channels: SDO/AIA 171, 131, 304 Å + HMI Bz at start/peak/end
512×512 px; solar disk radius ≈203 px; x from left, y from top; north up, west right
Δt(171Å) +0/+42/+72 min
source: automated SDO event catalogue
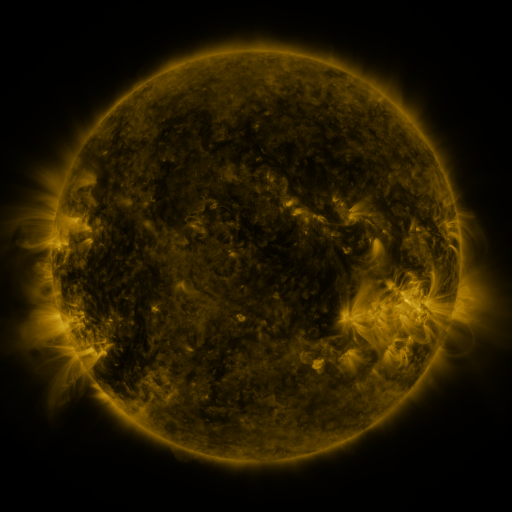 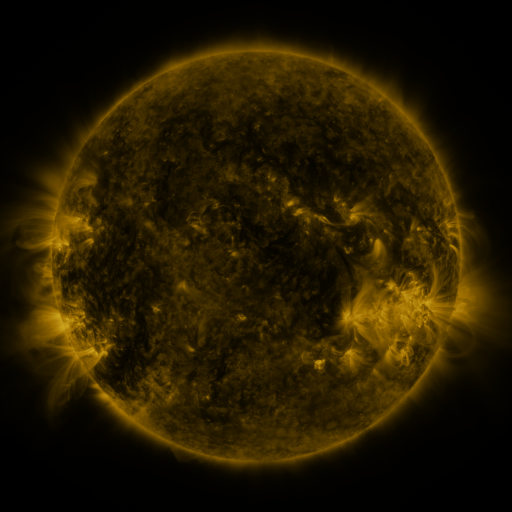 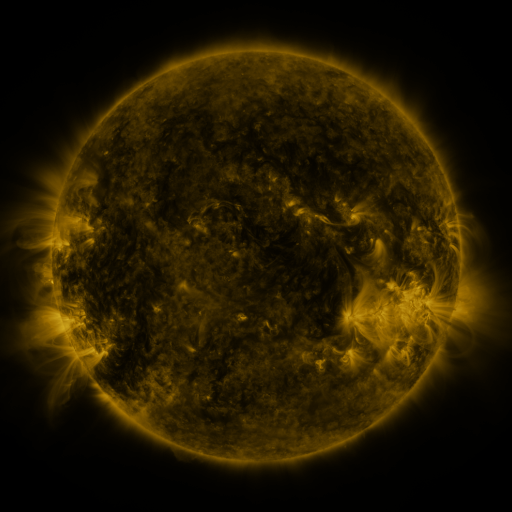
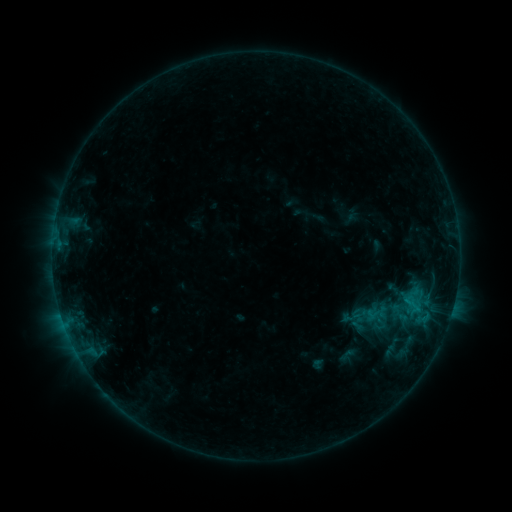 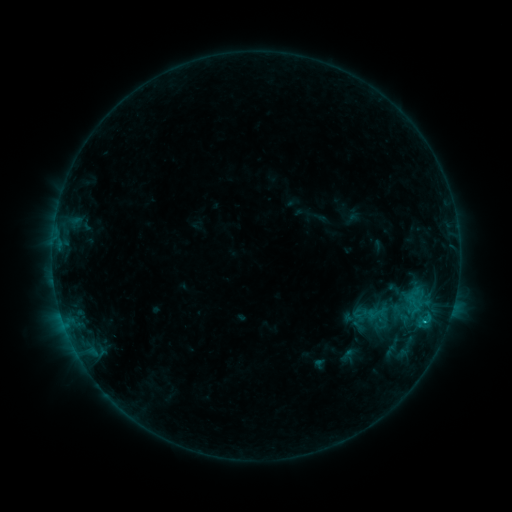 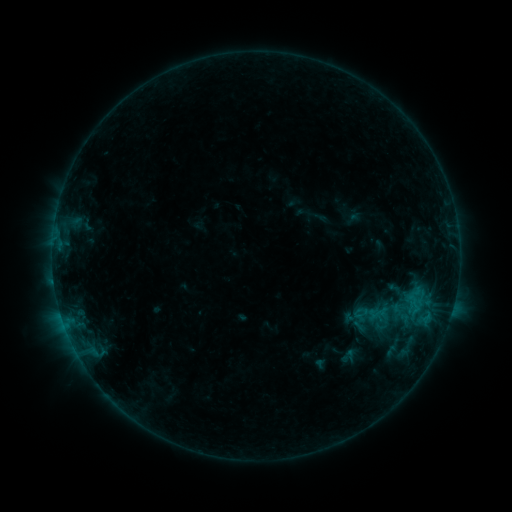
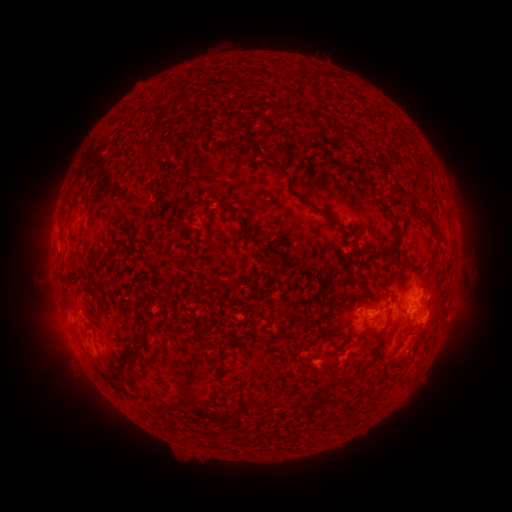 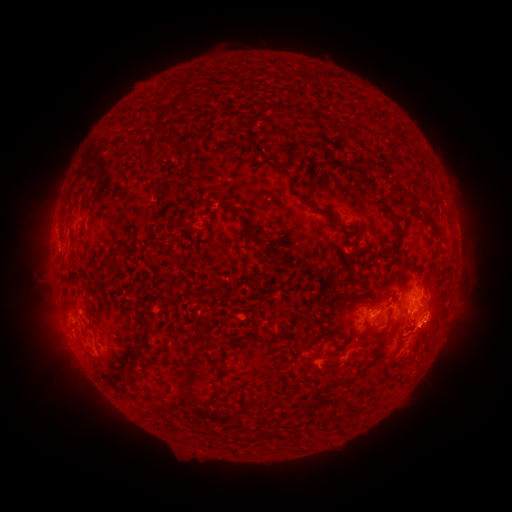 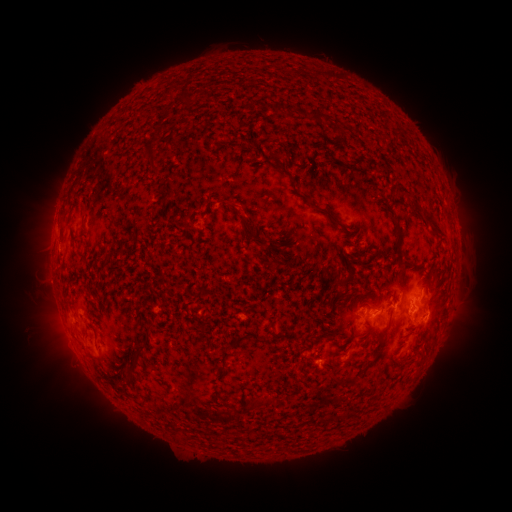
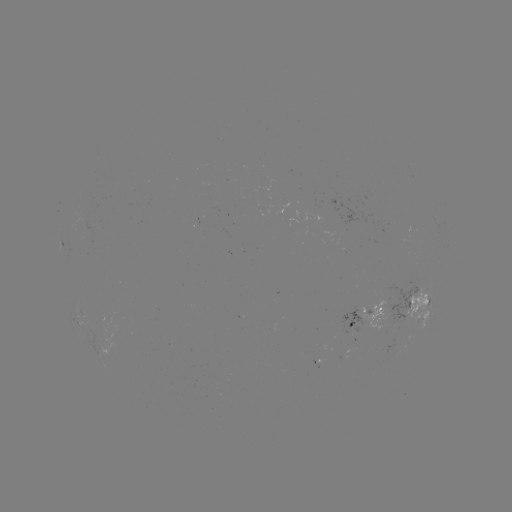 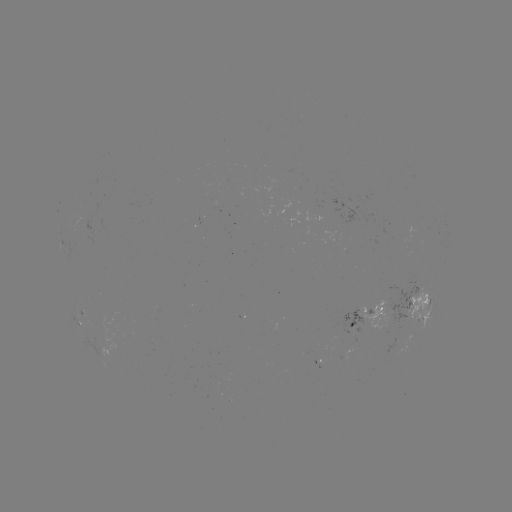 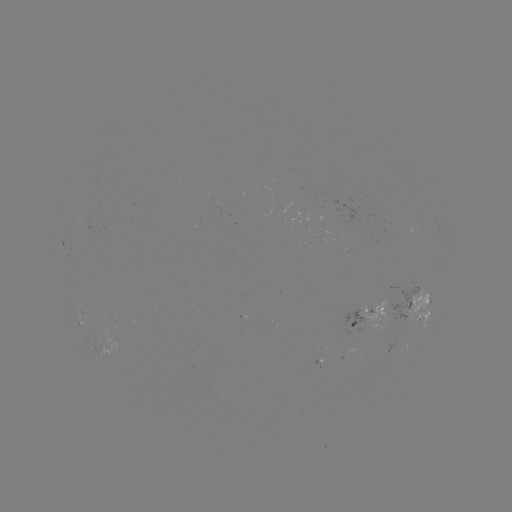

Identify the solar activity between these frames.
B8.1 flare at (425, 318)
